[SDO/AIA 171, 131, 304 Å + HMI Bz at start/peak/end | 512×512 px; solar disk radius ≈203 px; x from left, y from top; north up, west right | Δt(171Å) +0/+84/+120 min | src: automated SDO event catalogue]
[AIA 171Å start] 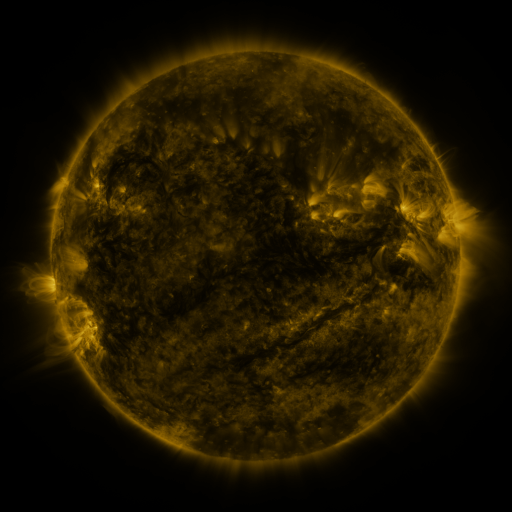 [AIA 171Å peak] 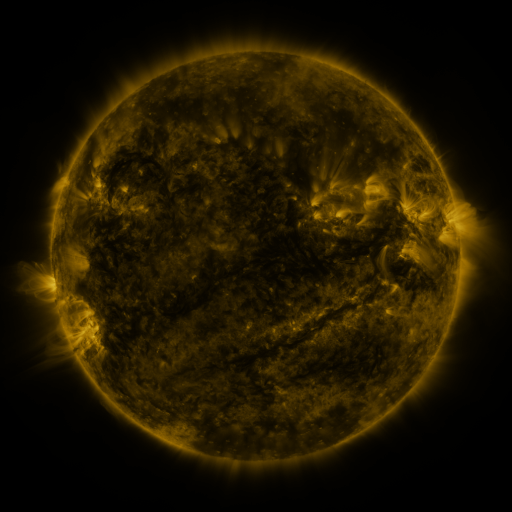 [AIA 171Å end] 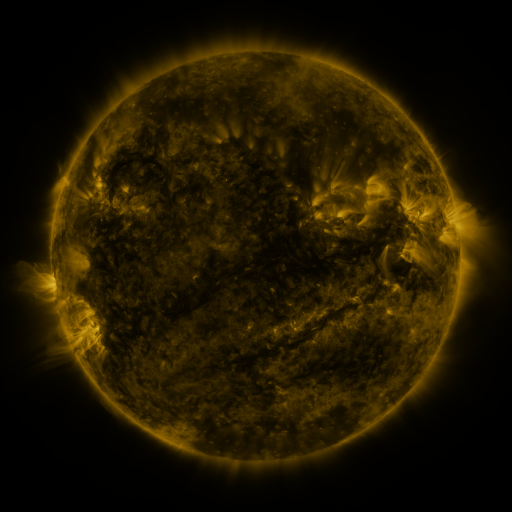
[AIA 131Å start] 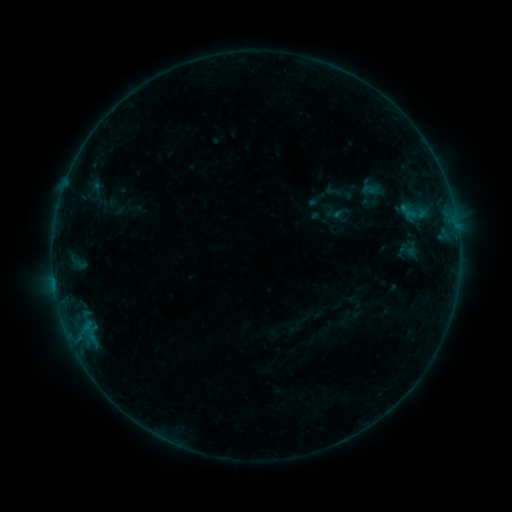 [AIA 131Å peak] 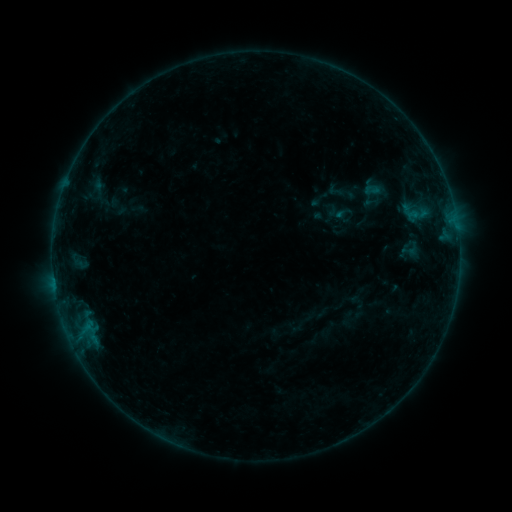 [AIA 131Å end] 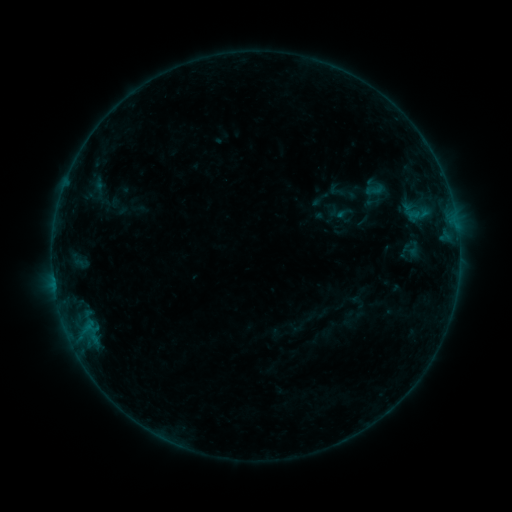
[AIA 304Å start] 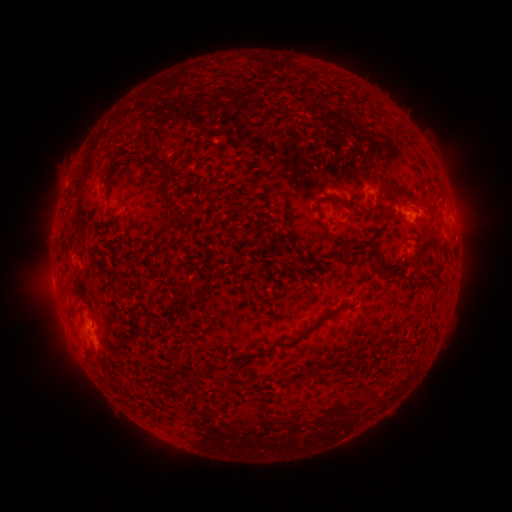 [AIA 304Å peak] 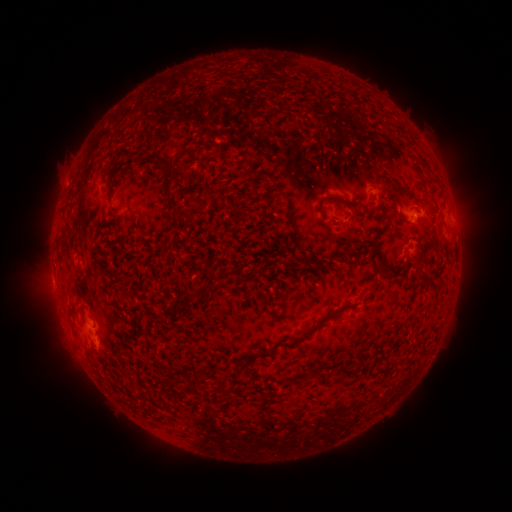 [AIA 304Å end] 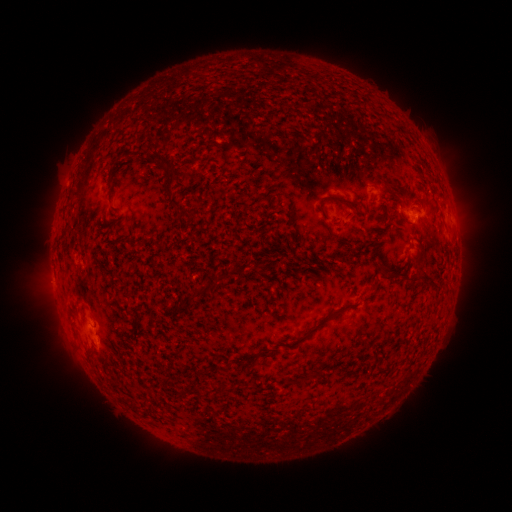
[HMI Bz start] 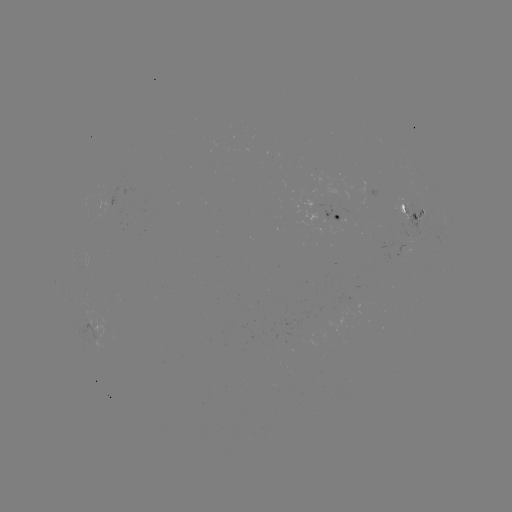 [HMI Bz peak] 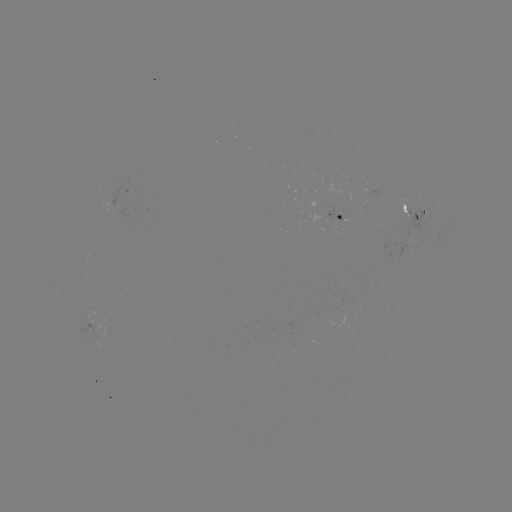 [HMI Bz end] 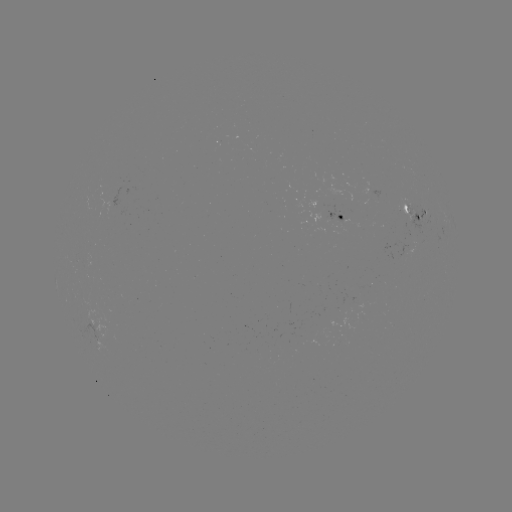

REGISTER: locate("emerging-flux region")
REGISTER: [375, 198]